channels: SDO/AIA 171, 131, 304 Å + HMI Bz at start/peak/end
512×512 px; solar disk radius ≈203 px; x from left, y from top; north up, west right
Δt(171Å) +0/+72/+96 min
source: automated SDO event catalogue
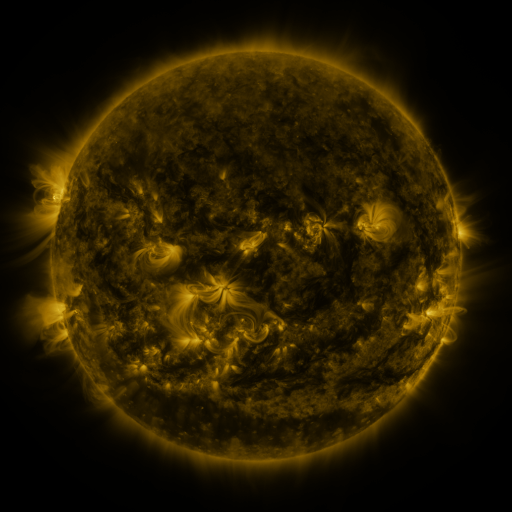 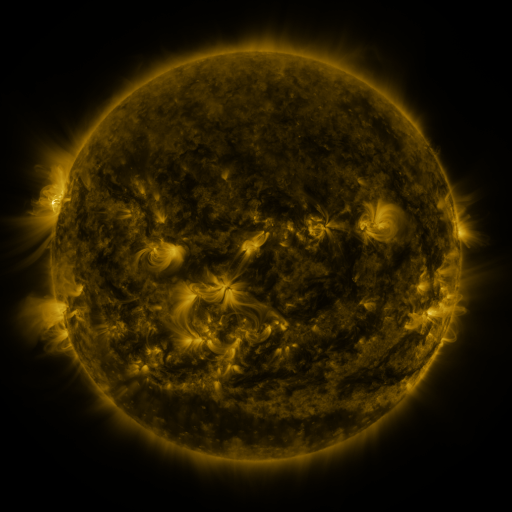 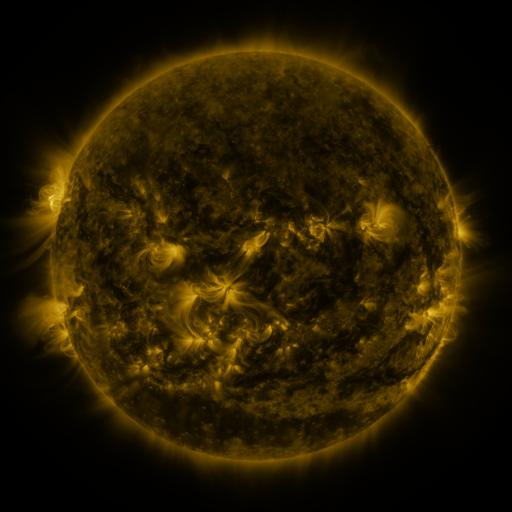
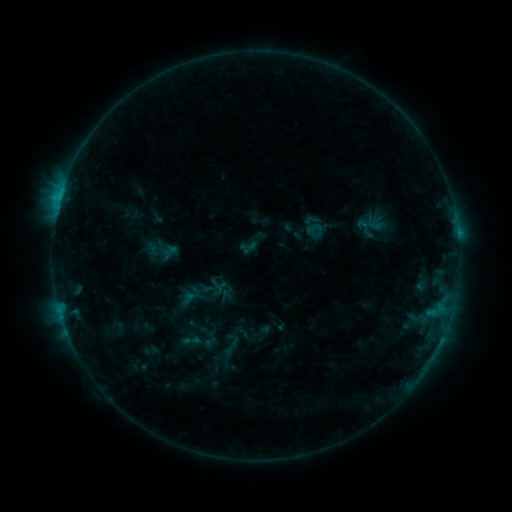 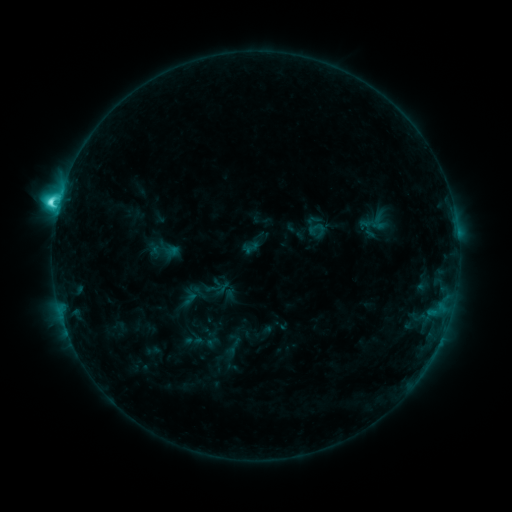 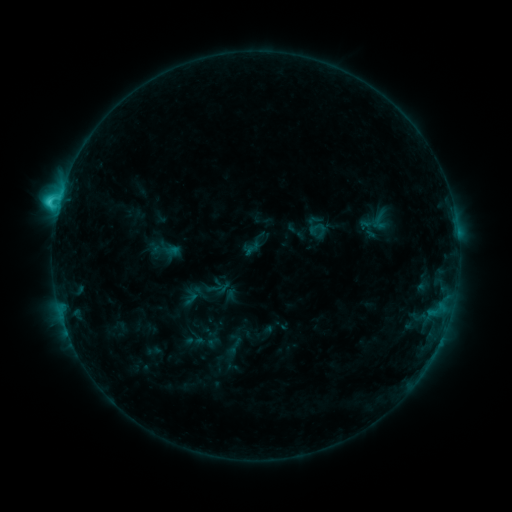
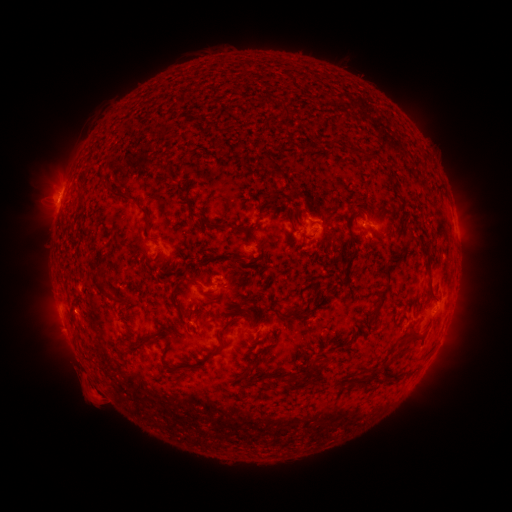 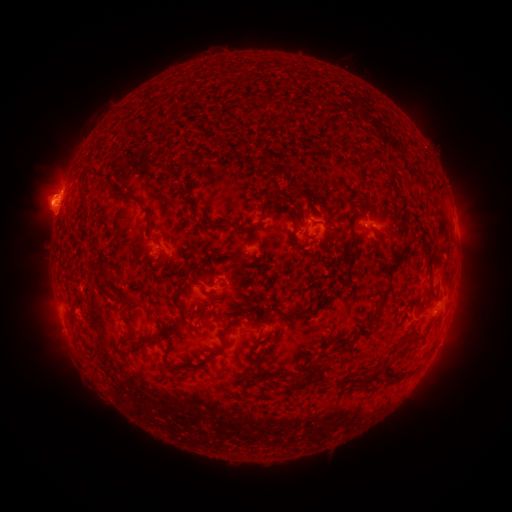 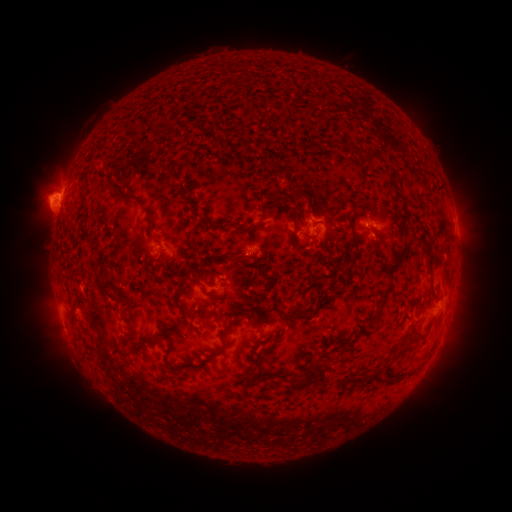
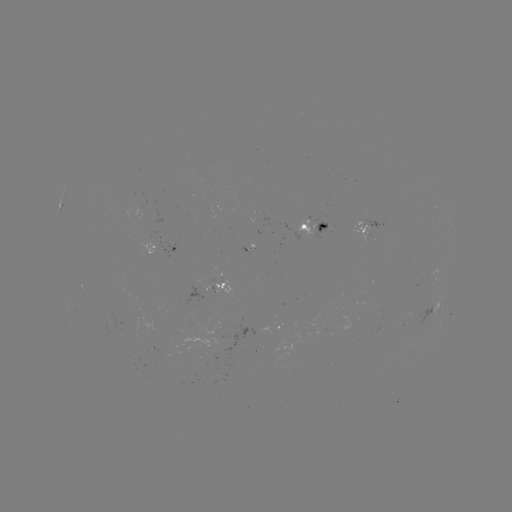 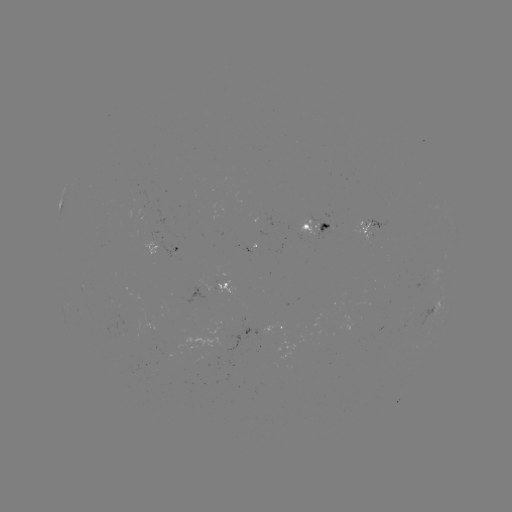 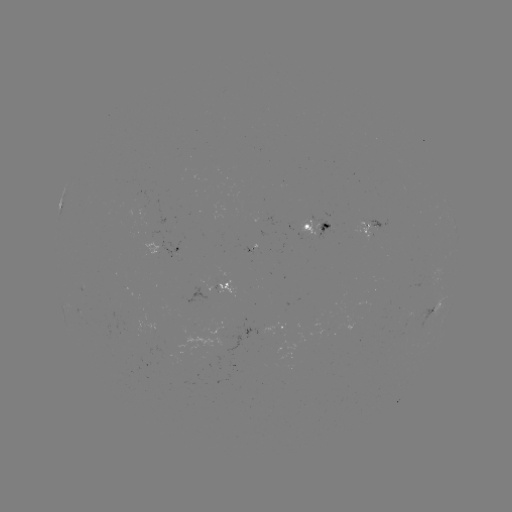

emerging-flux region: [219, 320, 256, 353]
